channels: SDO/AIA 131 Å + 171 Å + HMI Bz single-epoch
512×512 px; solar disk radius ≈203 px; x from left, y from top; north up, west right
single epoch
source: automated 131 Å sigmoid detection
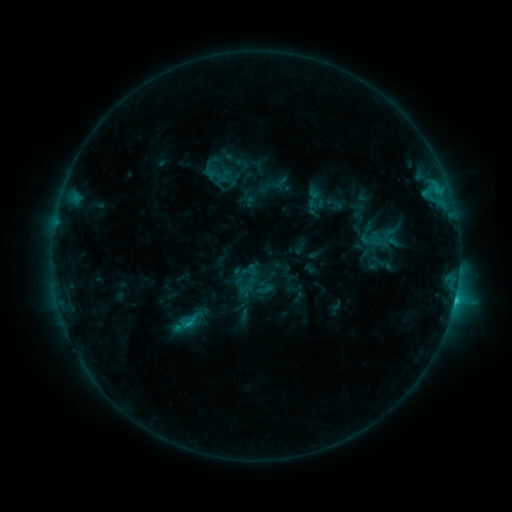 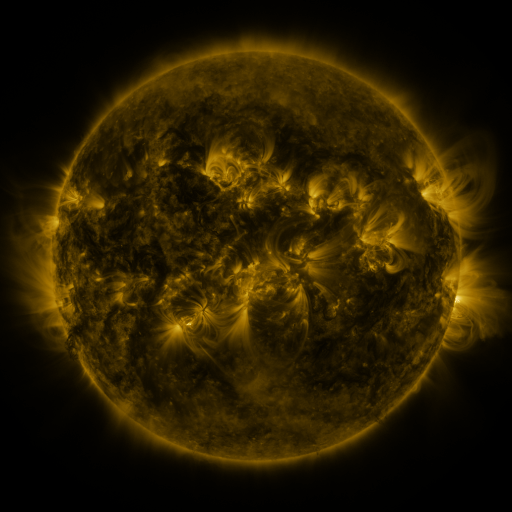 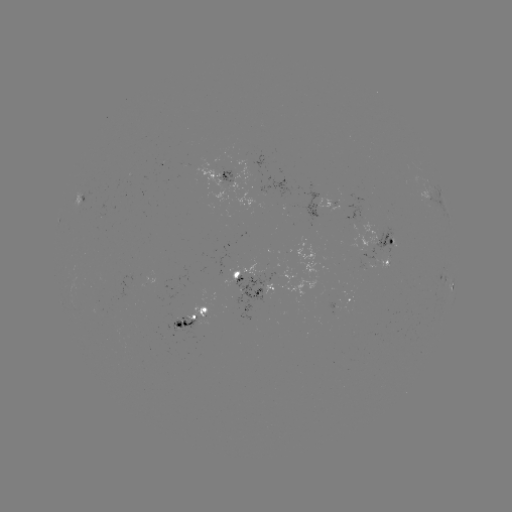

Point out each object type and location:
sigmoid: (202, 161, 231, 189)
sigmoid: (176, 313, 200, 331)
